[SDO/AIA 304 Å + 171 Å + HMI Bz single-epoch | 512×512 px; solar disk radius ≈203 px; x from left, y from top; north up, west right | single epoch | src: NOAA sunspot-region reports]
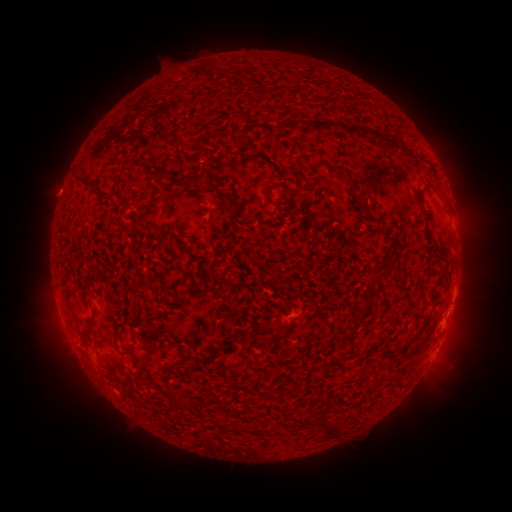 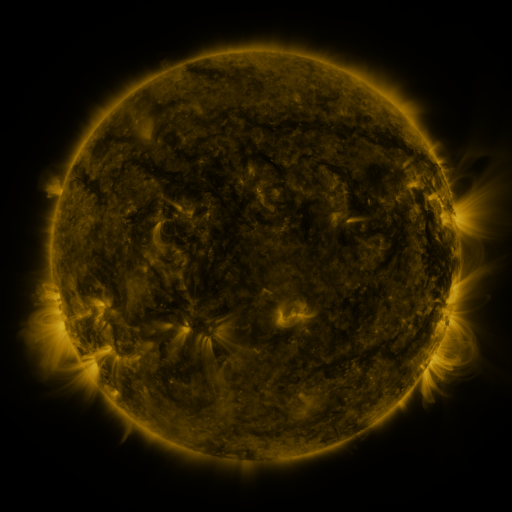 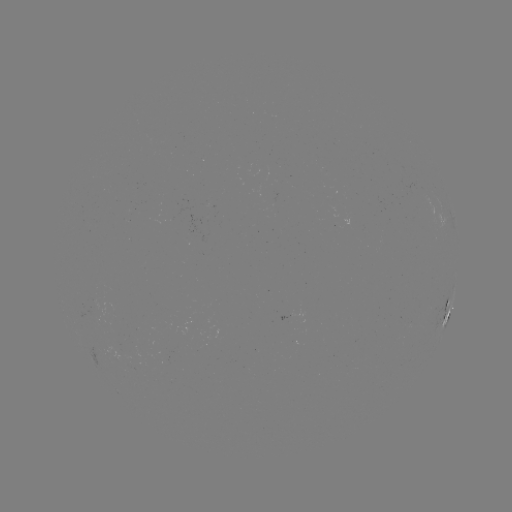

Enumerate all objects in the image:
spotted active region: (446, 313)
spotted active region: (290, 314)
